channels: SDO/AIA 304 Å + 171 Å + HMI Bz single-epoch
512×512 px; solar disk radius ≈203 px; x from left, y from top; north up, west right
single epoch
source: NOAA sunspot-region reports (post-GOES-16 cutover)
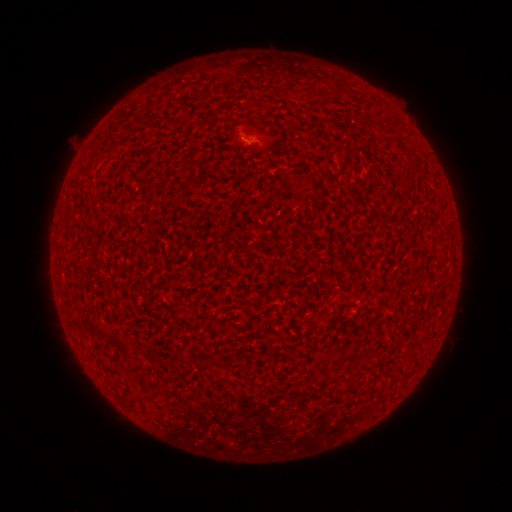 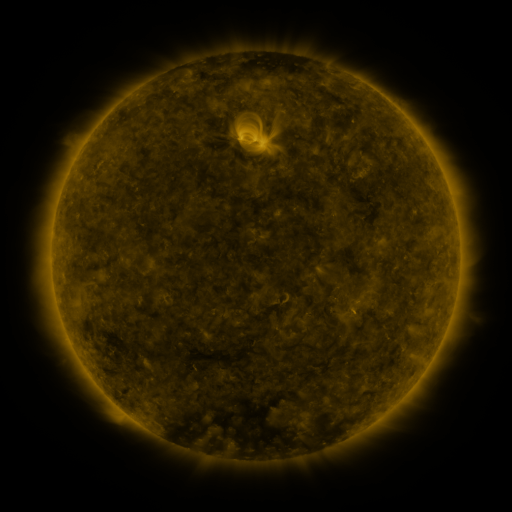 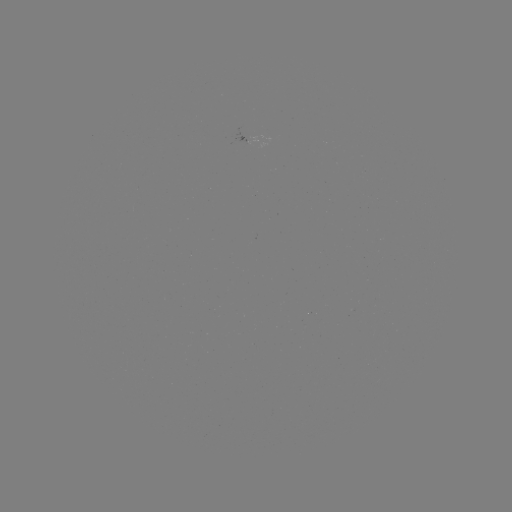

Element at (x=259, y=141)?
spotted active region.